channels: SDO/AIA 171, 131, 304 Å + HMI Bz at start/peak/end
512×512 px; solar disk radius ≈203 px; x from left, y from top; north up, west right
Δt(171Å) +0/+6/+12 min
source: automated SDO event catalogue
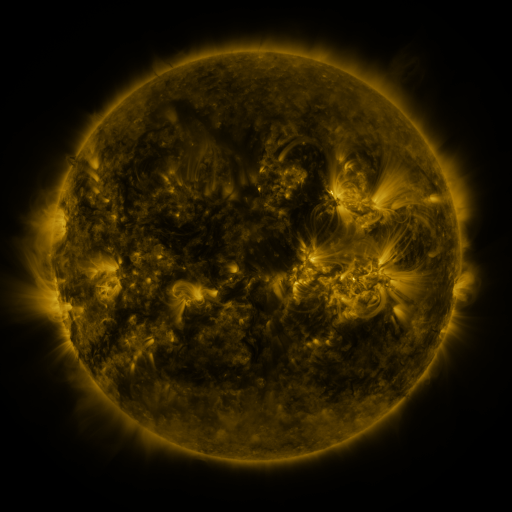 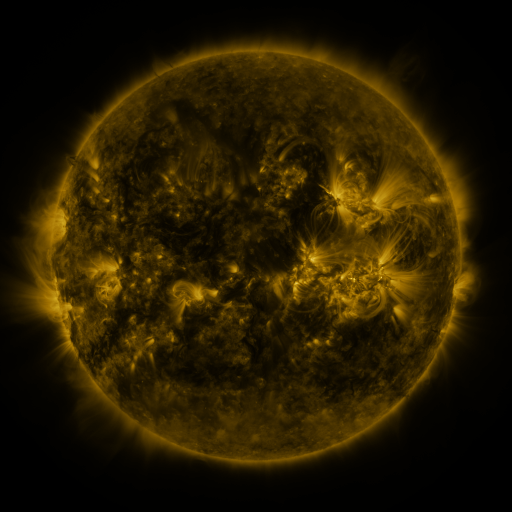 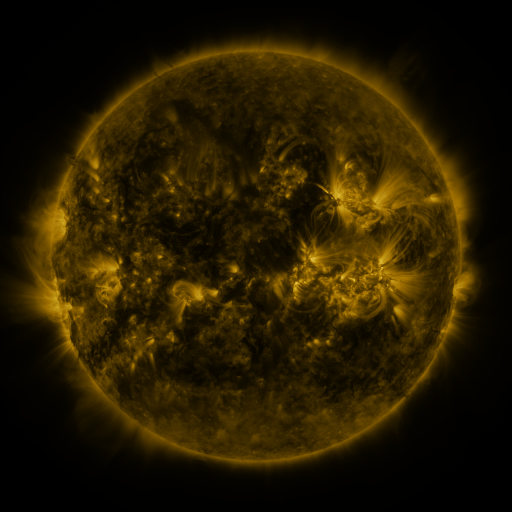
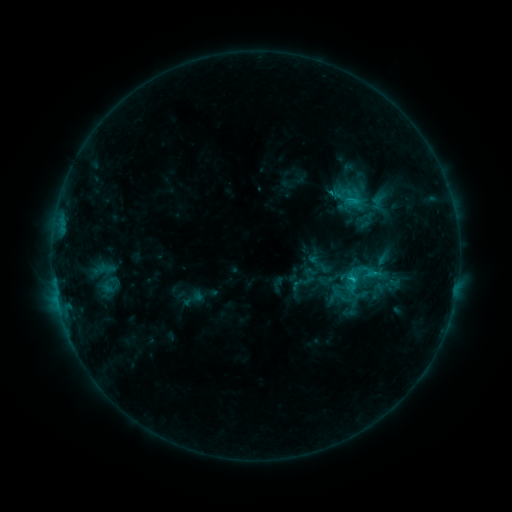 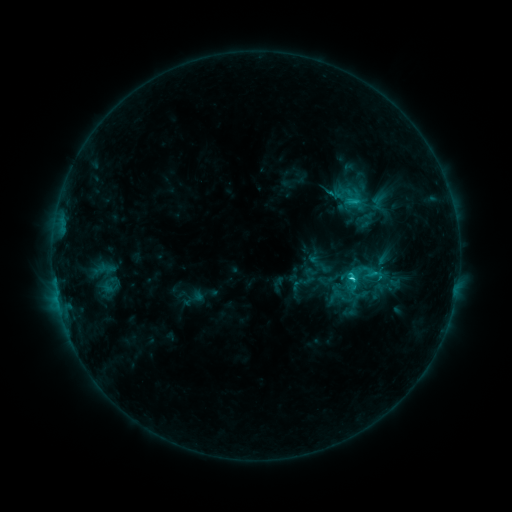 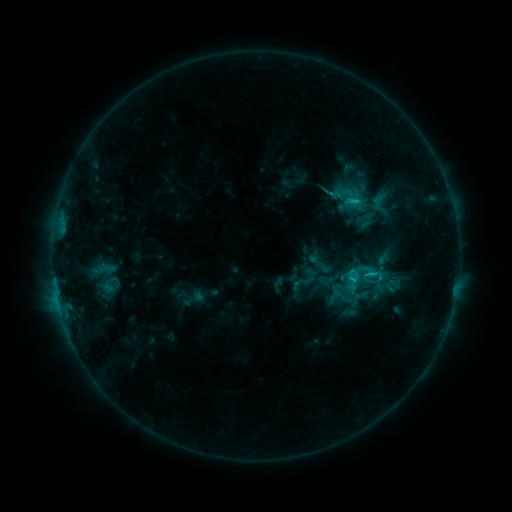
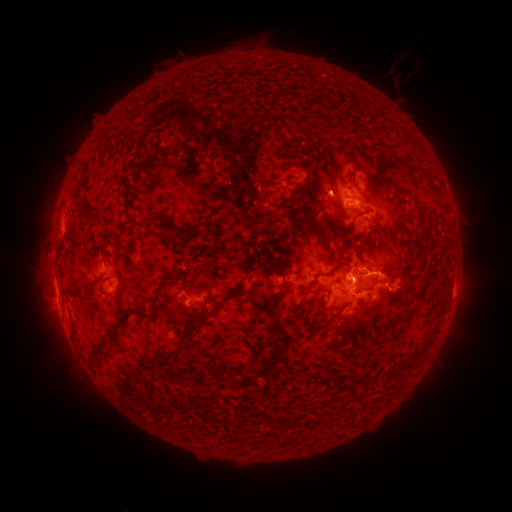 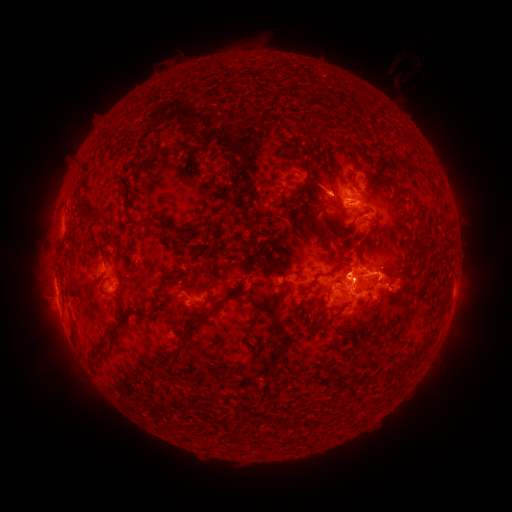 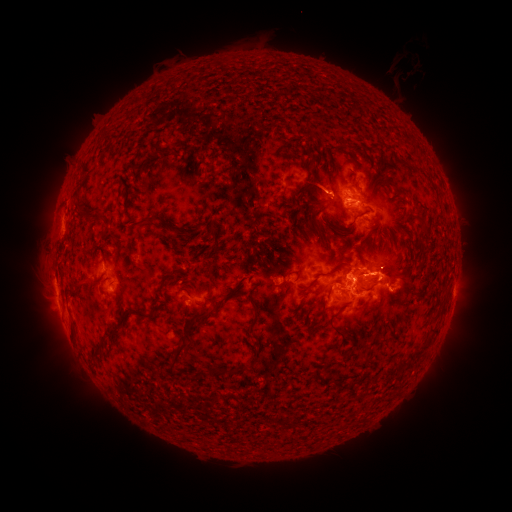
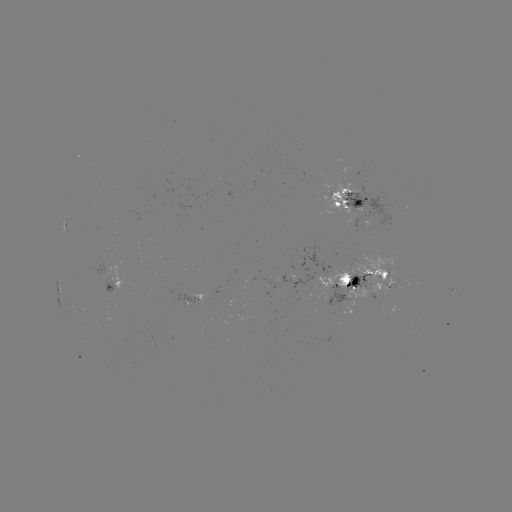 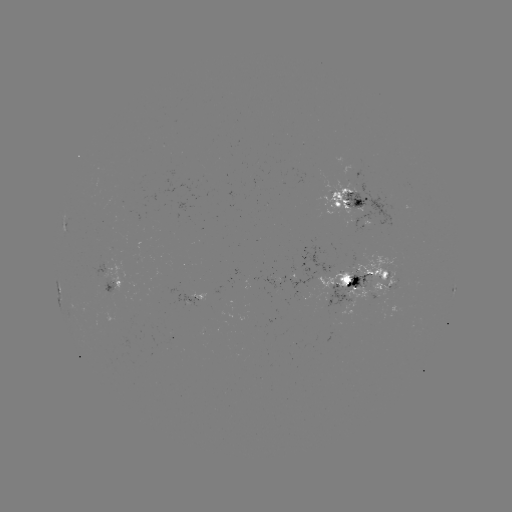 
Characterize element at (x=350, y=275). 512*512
C3.3 flare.